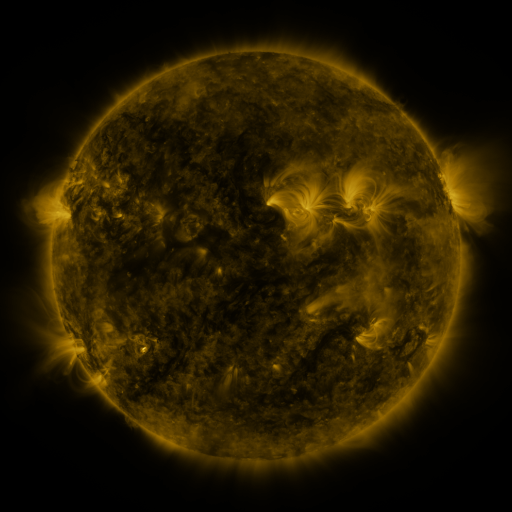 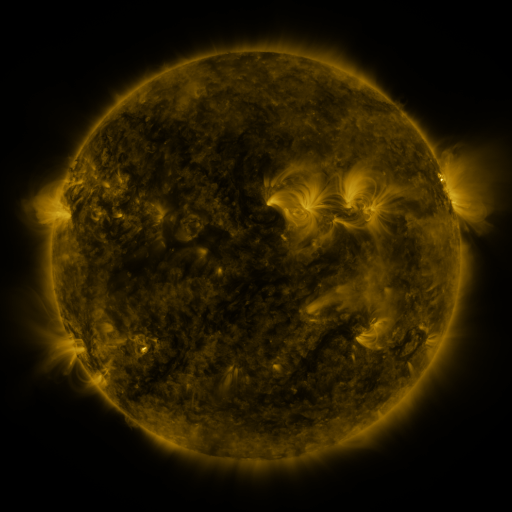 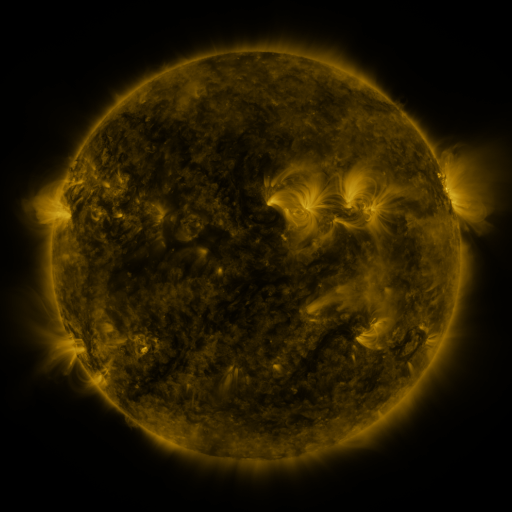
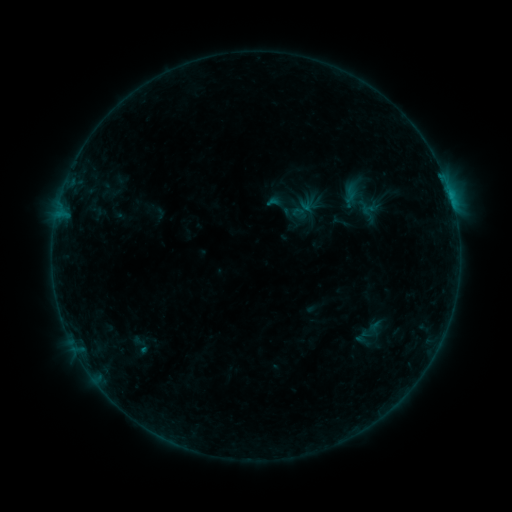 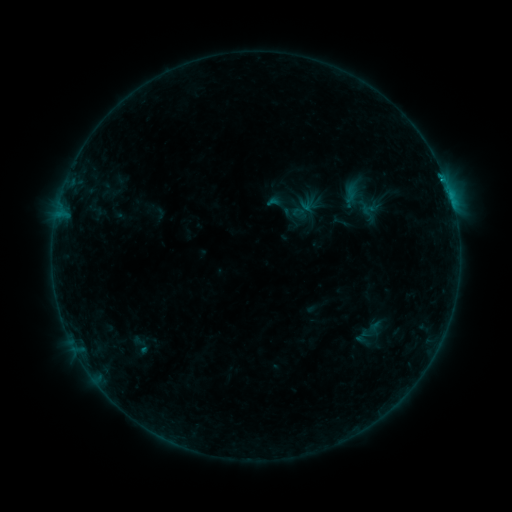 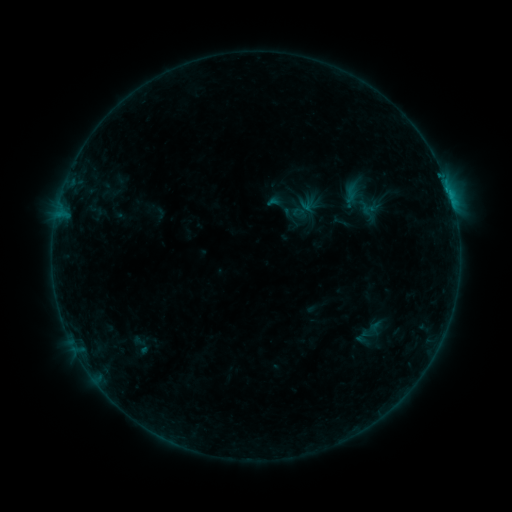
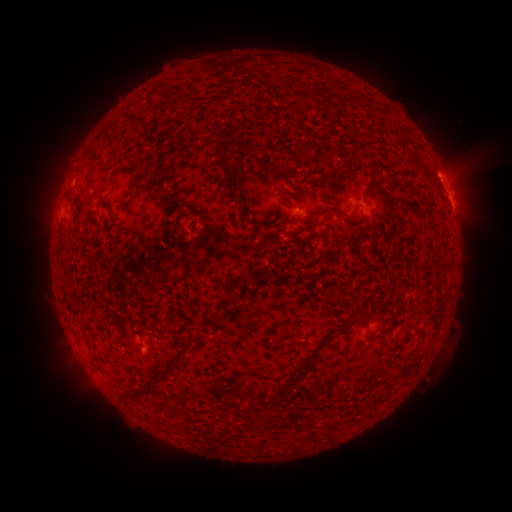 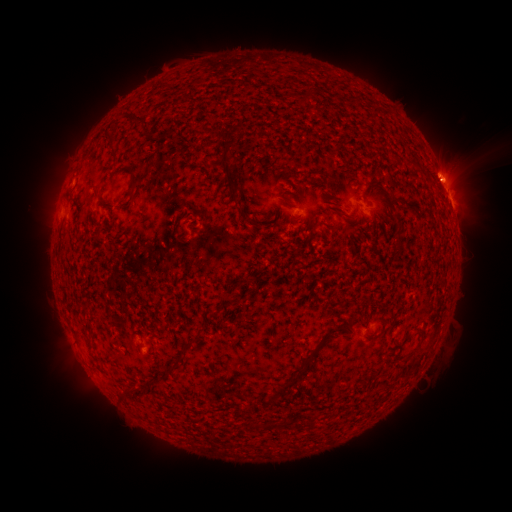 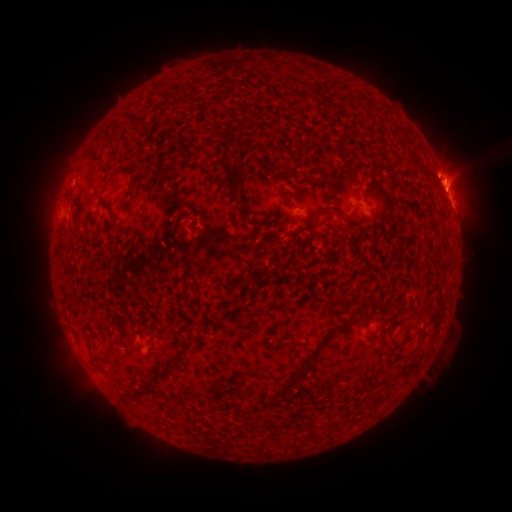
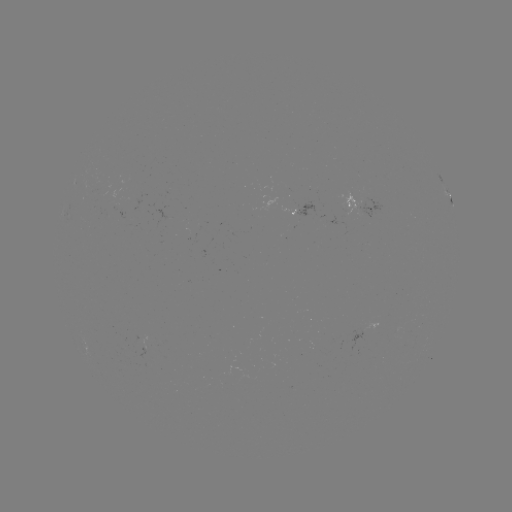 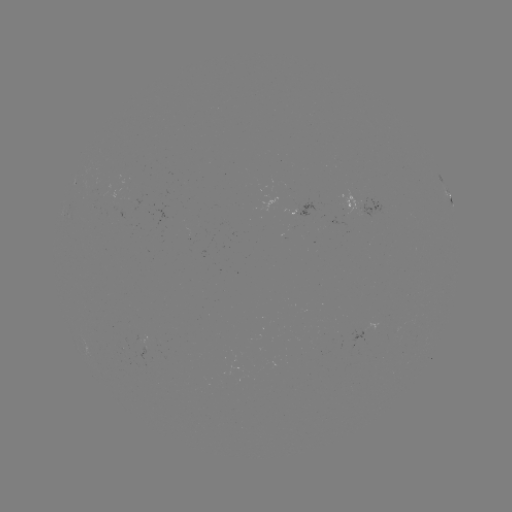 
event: flare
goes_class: C1.2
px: (443, 182)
